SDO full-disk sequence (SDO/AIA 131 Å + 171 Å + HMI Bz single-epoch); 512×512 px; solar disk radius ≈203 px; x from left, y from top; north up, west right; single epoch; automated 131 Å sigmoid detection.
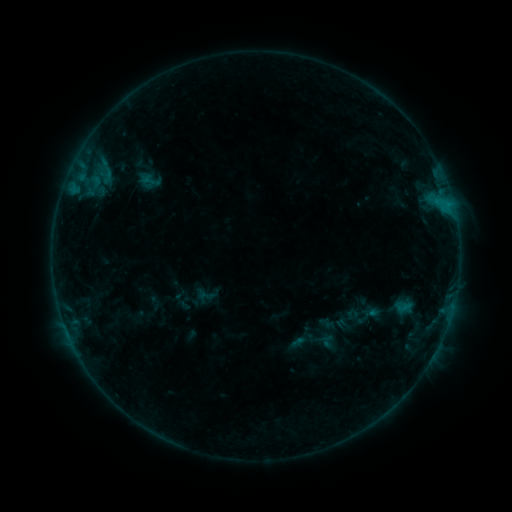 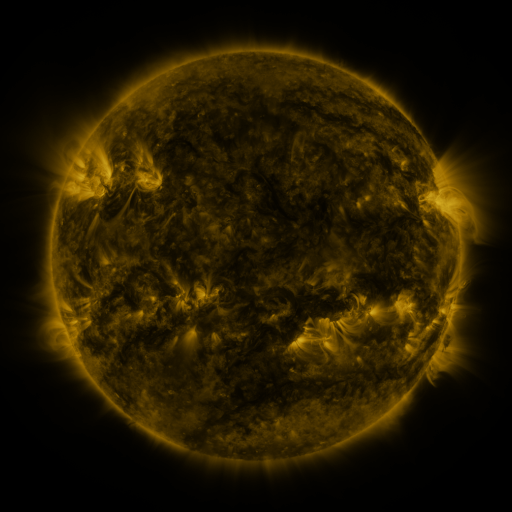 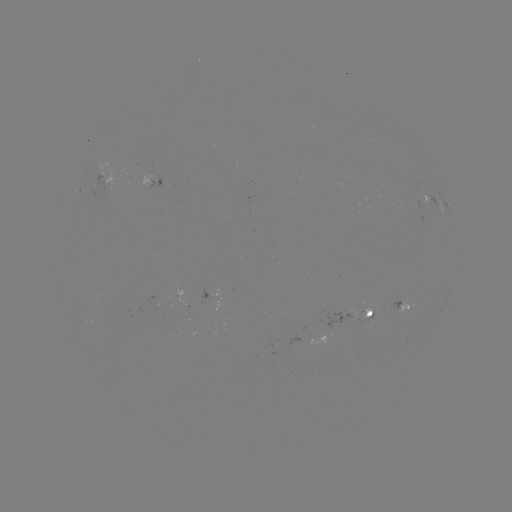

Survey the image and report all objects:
sigmoid: [193, 285, 216, 305]
